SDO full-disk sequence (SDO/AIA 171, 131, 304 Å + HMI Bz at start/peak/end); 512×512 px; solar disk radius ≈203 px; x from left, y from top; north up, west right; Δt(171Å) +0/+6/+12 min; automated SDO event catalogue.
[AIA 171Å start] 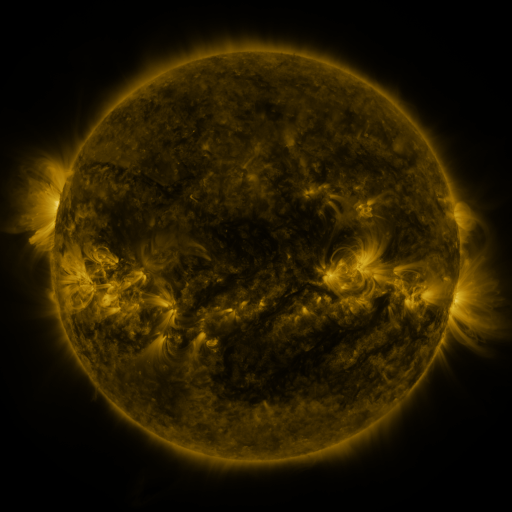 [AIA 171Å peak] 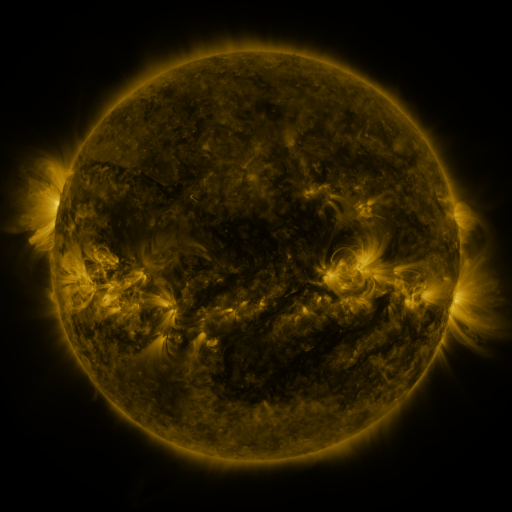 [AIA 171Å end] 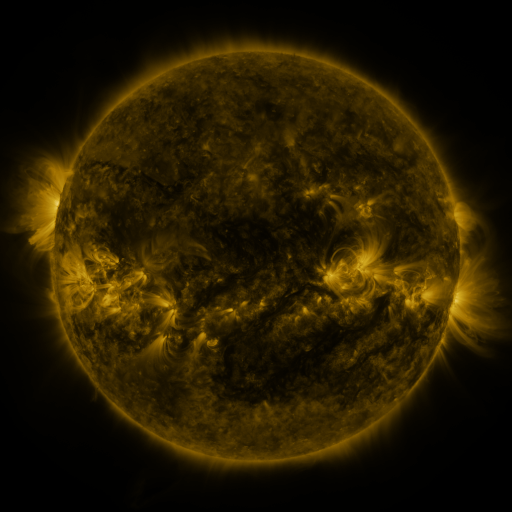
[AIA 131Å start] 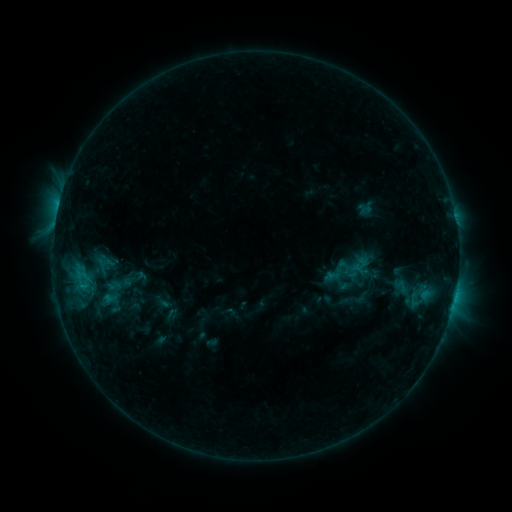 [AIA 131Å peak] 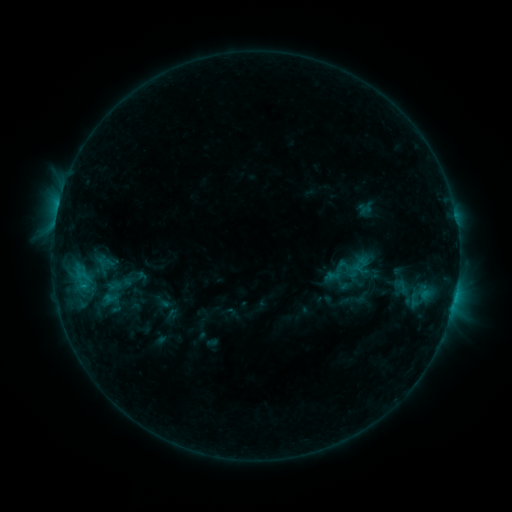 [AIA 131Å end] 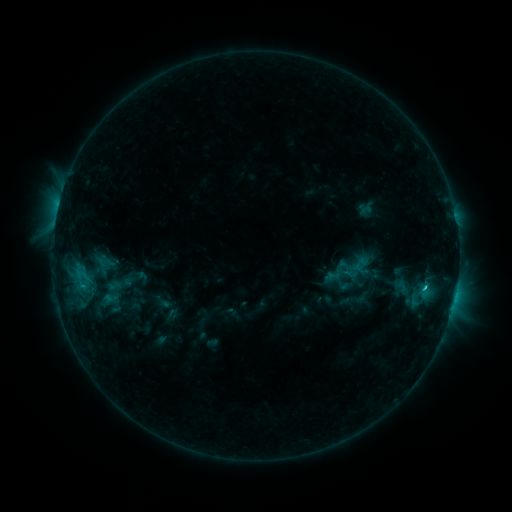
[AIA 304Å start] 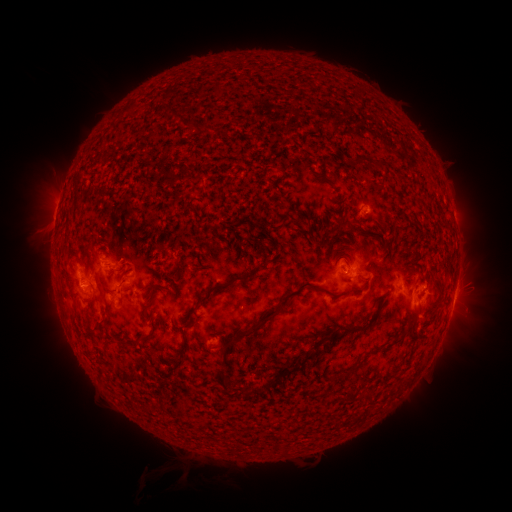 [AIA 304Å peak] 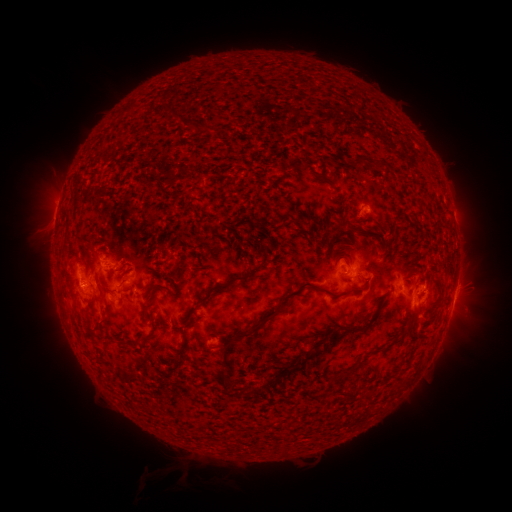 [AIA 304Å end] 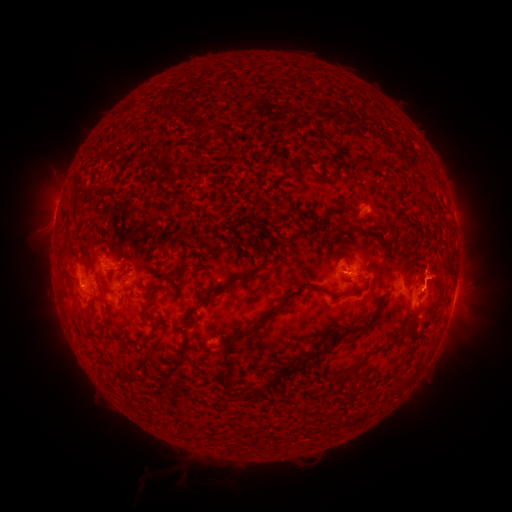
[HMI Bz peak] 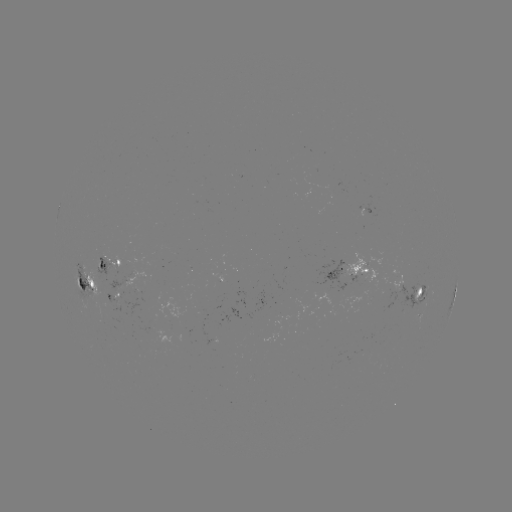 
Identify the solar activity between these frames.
C1.2 flare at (455, 293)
